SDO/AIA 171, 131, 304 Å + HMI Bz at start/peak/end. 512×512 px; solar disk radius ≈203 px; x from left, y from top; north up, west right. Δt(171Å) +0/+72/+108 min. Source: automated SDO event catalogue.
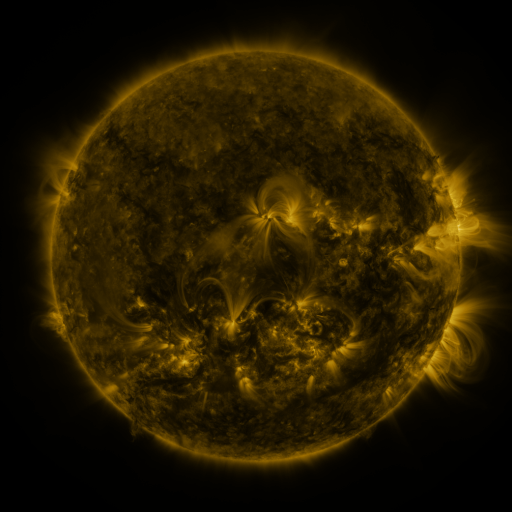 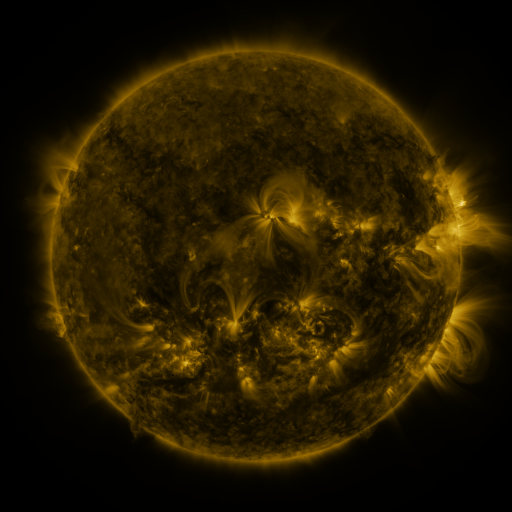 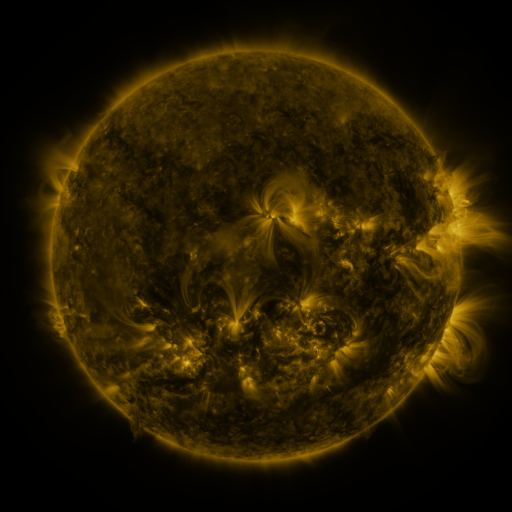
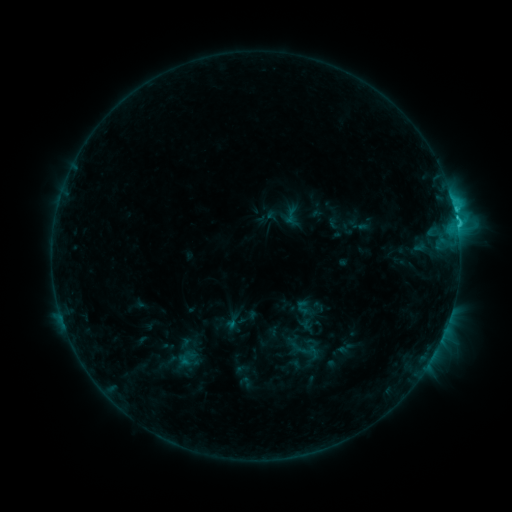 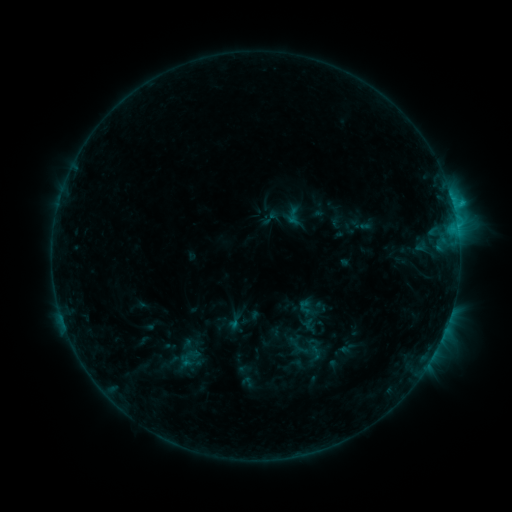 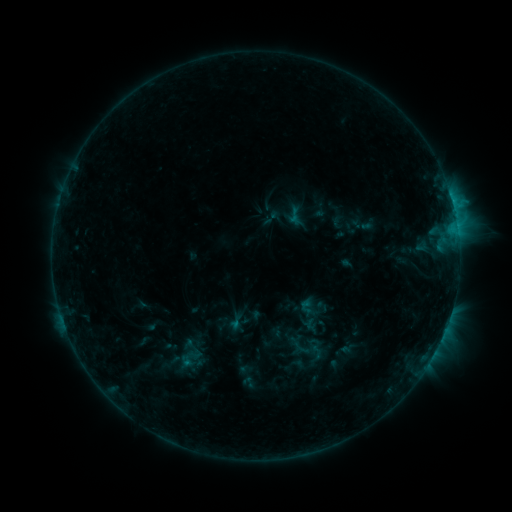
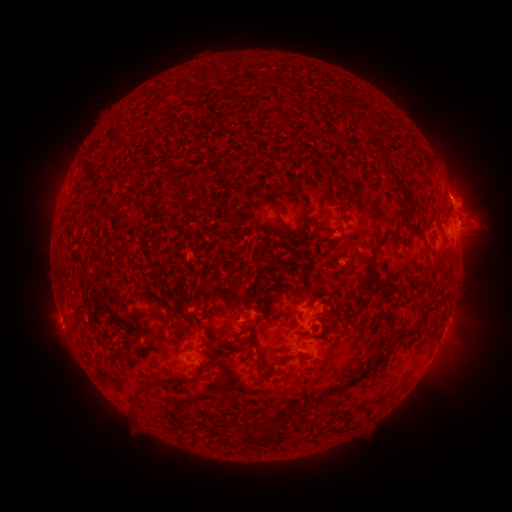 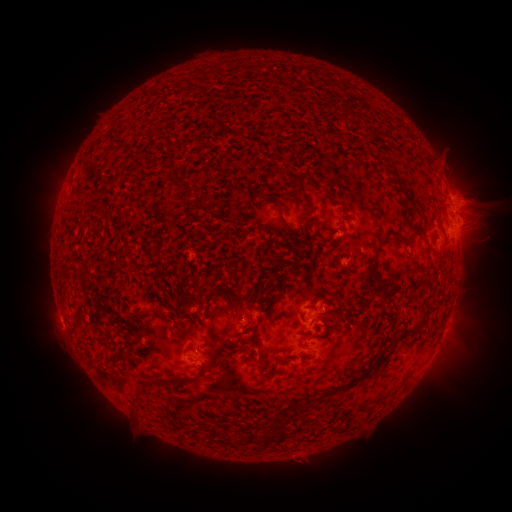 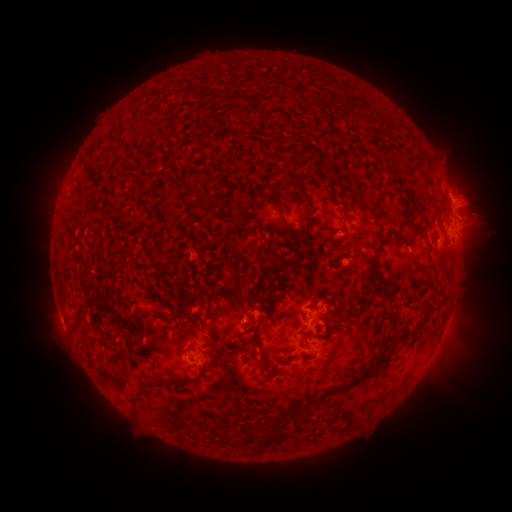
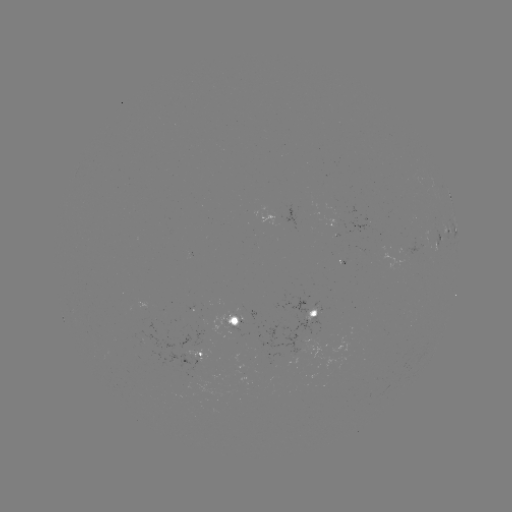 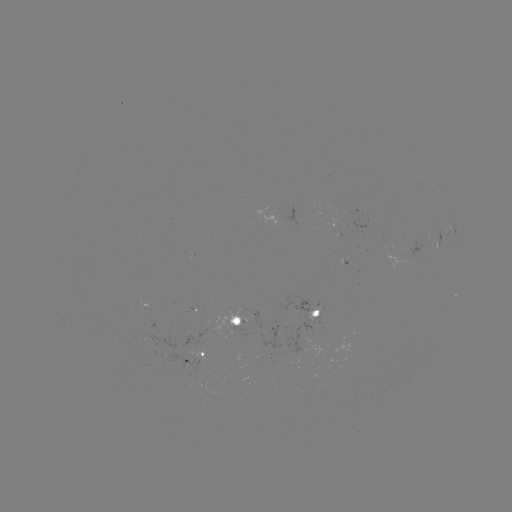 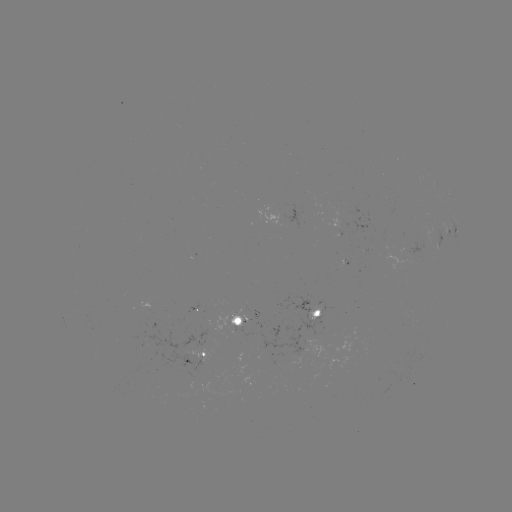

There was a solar emerging-flux region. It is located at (194, 309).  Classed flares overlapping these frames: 1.